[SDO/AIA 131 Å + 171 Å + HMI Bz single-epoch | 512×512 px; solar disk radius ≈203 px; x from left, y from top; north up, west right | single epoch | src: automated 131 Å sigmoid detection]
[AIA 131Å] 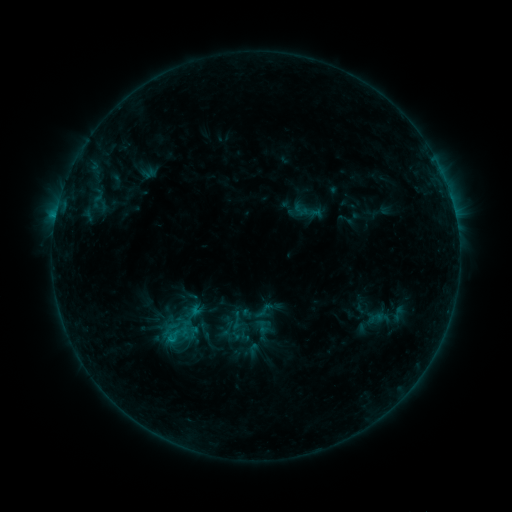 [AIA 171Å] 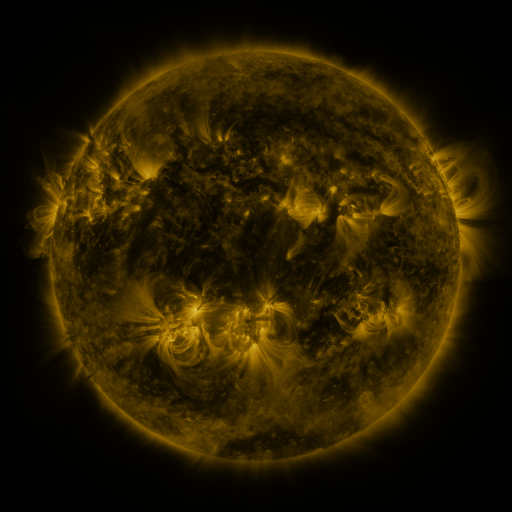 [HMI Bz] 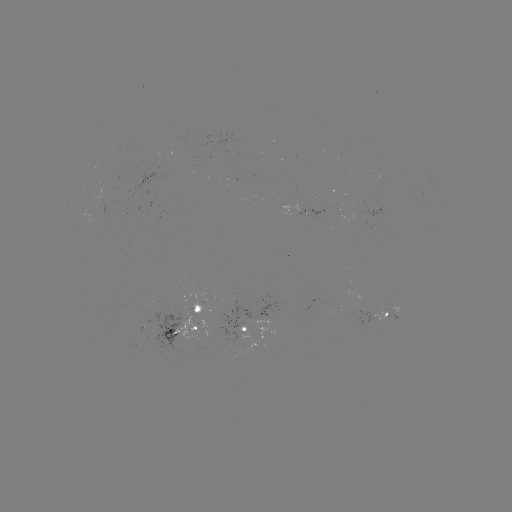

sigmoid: (253, 299, 275, 321)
